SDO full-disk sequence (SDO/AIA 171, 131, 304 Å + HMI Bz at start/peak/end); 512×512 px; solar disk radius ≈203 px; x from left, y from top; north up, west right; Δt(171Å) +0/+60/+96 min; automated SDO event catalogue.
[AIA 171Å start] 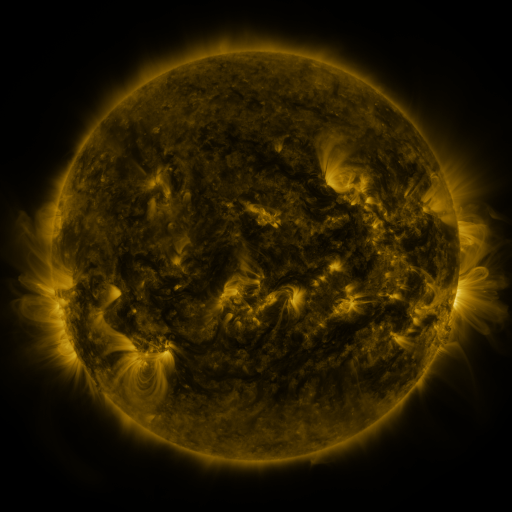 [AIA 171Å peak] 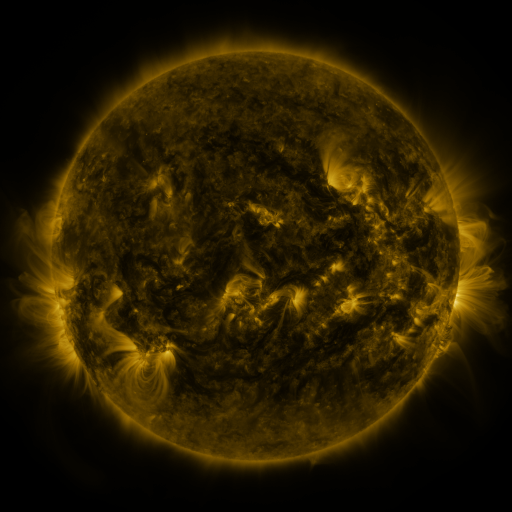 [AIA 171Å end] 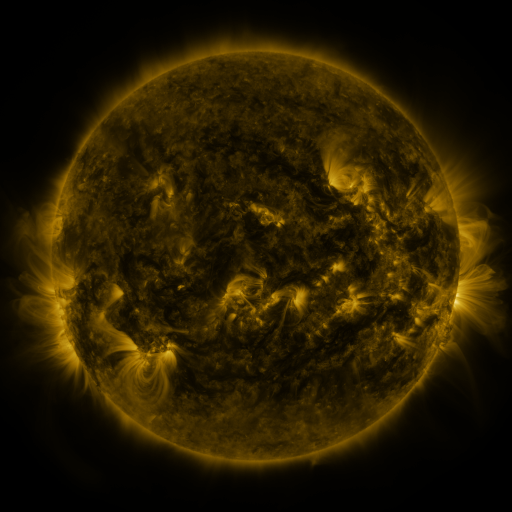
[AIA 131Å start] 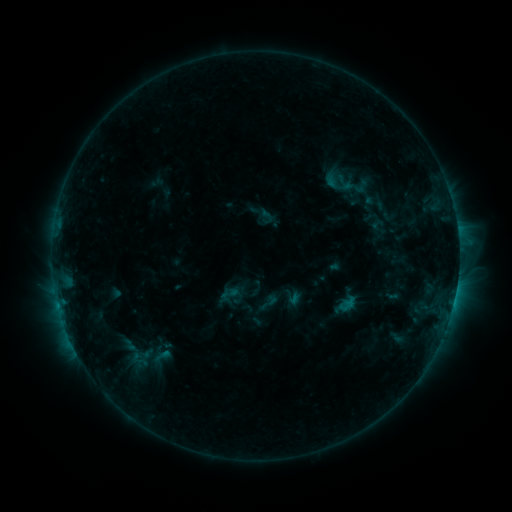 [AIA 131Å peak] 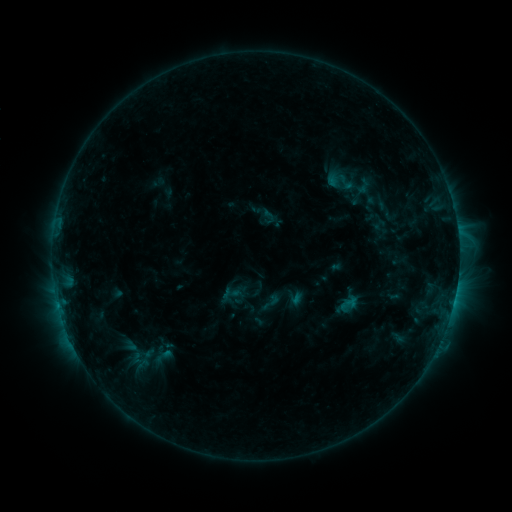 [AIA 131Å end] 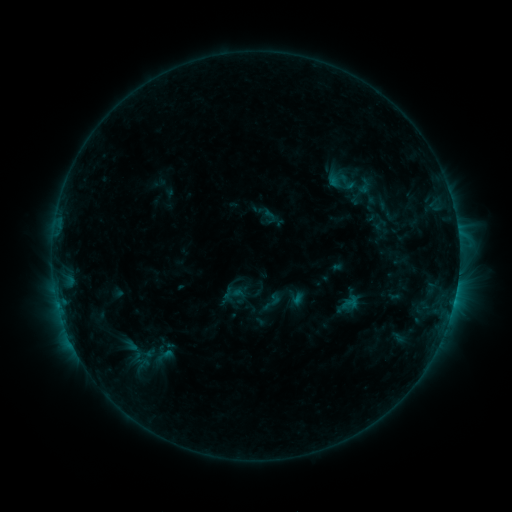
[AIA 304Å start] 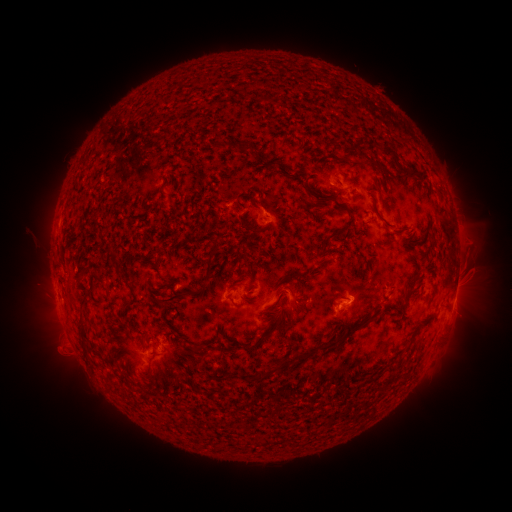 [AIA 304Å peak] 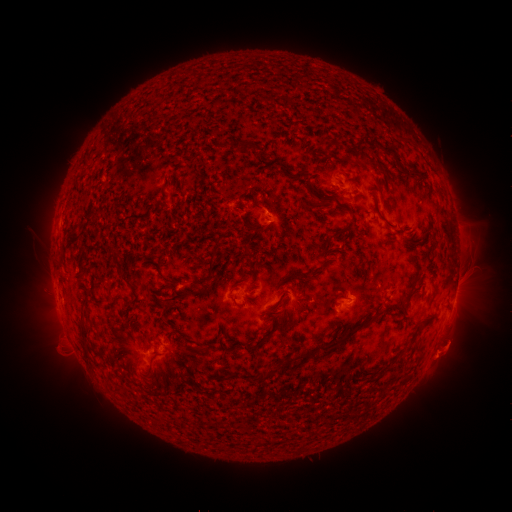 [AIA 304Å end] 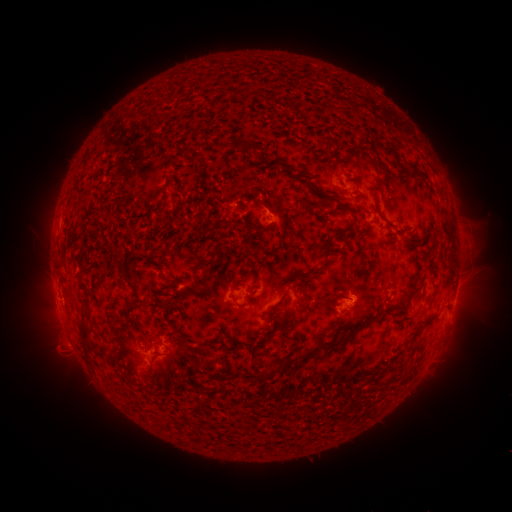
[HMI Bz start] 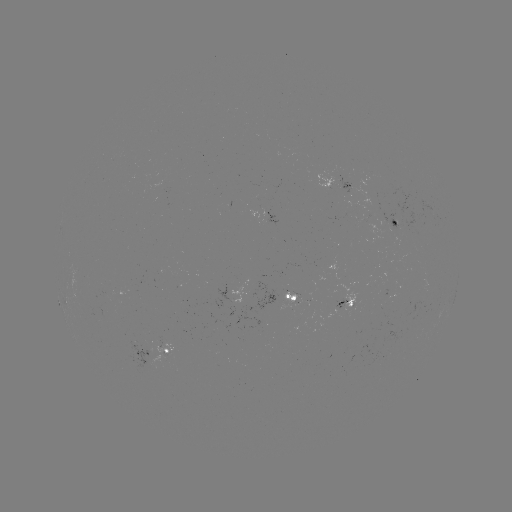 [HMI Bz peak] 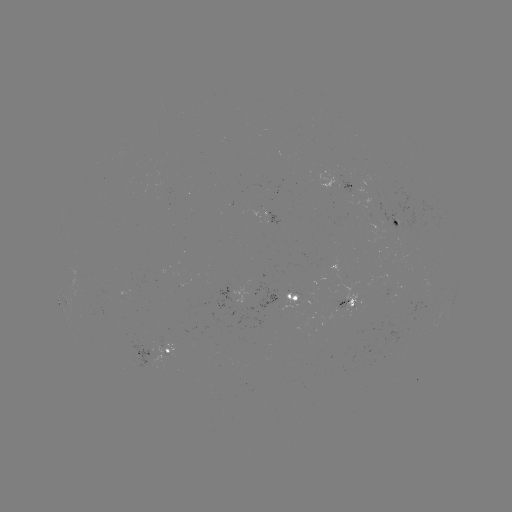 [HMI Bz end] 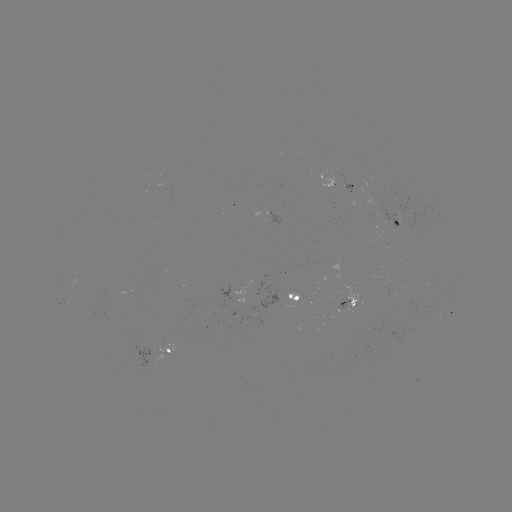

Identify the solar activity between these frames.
emerging-flux region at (163, 340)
